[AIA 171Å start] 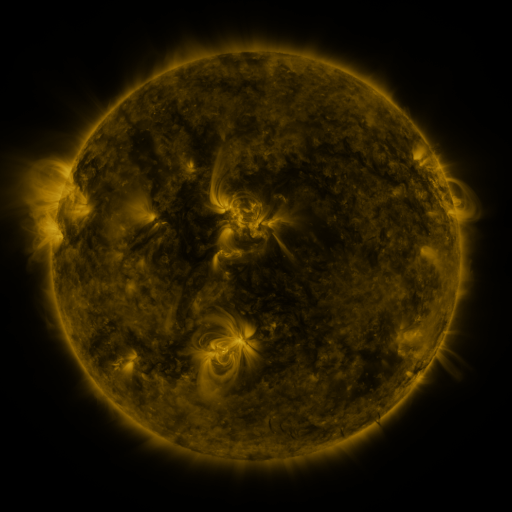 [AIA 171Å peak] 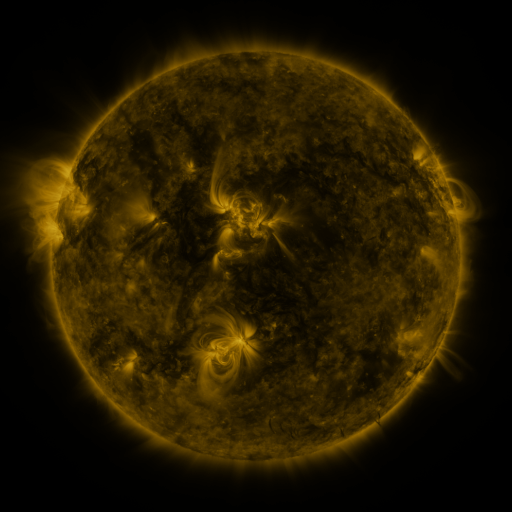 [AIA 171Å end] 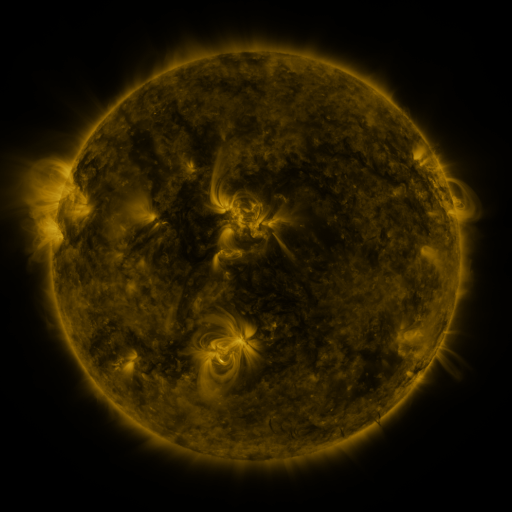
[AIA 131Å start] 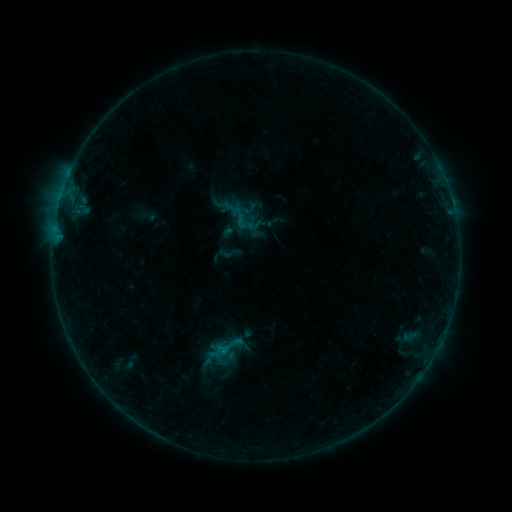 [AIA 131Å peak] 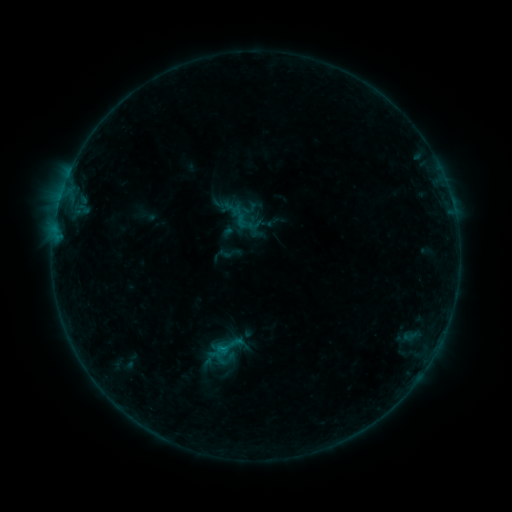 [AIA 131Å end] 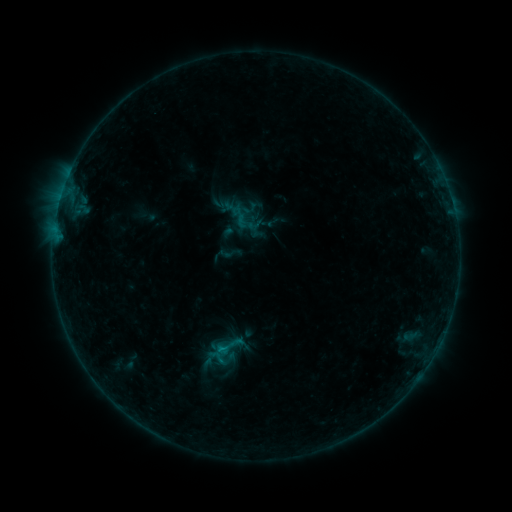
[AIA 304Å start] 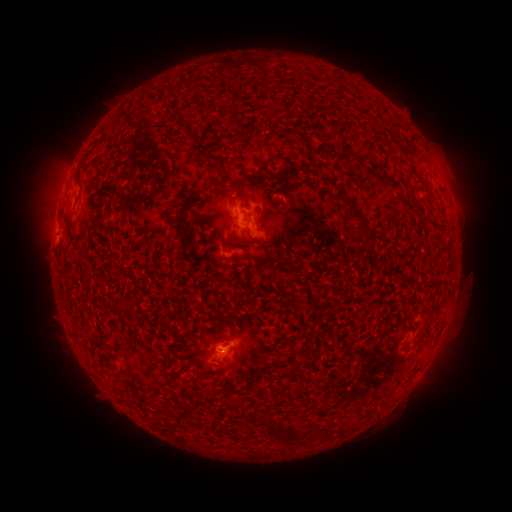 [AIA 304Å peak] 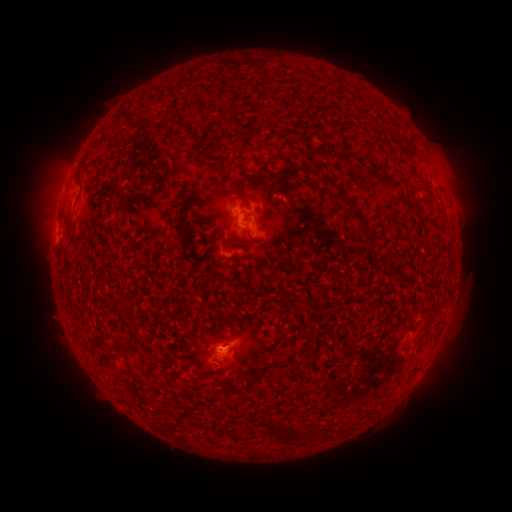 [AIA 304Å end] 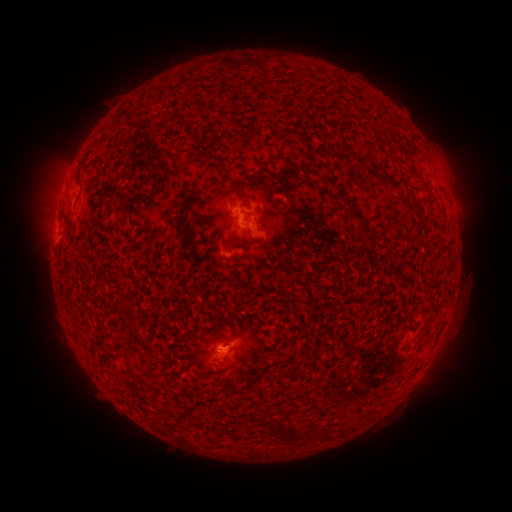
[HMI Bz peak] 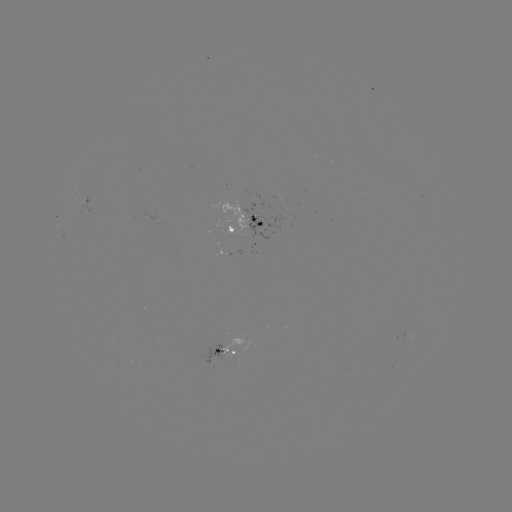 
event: flare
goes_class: B4.5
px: (226, 348)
